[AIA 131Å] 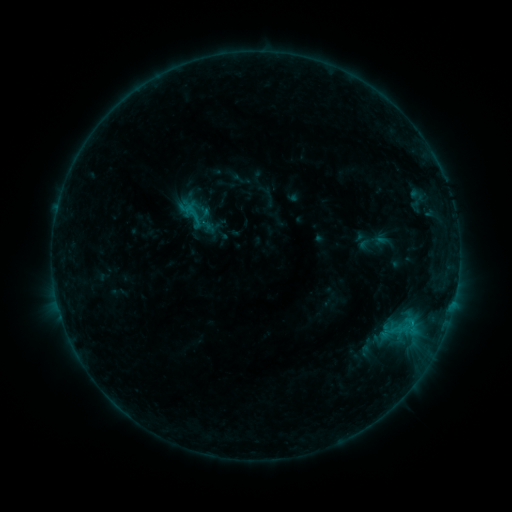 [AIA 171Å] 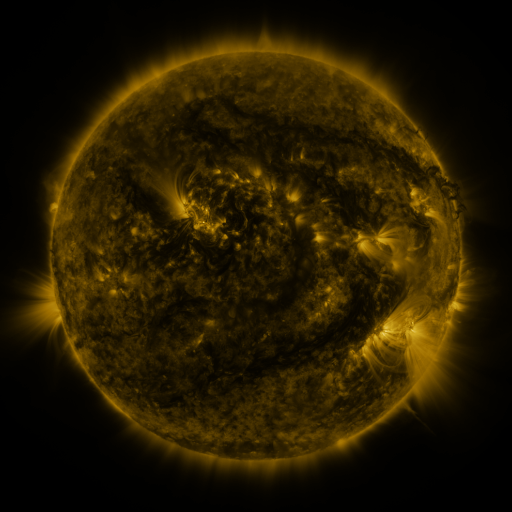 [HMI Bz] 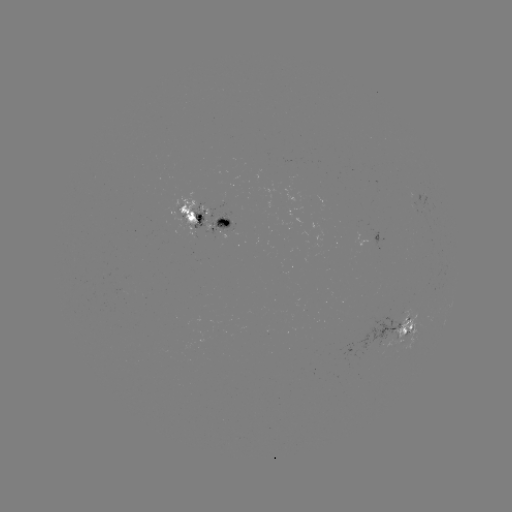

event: sigmoid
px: (193, 214)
